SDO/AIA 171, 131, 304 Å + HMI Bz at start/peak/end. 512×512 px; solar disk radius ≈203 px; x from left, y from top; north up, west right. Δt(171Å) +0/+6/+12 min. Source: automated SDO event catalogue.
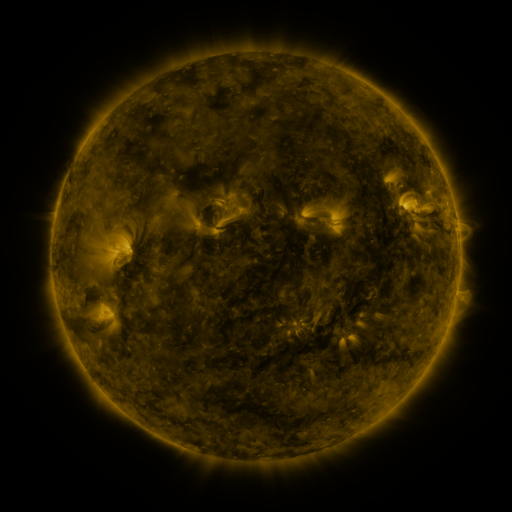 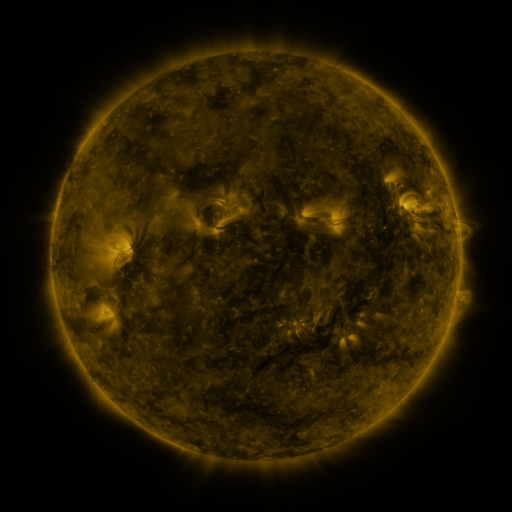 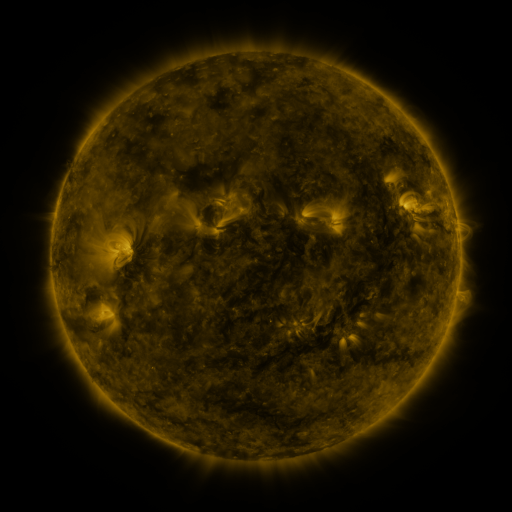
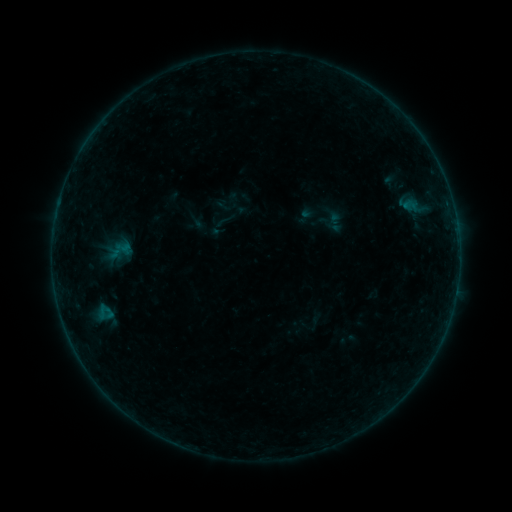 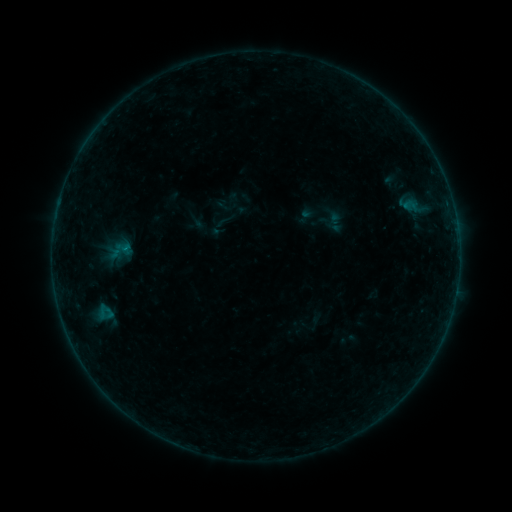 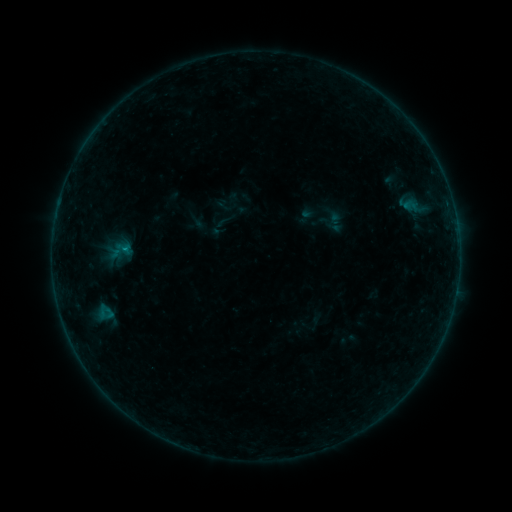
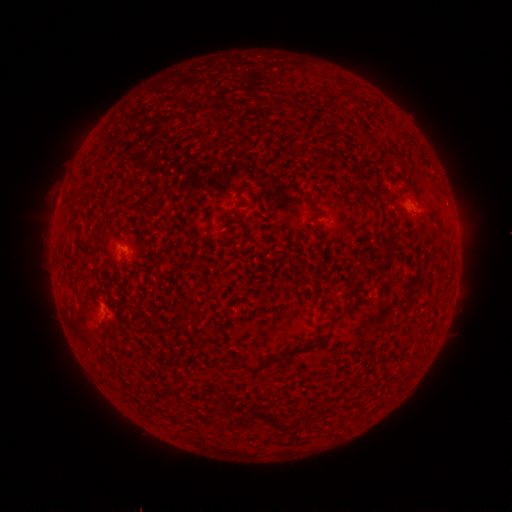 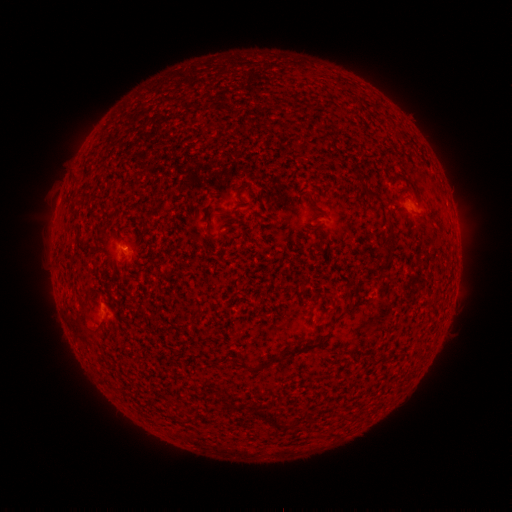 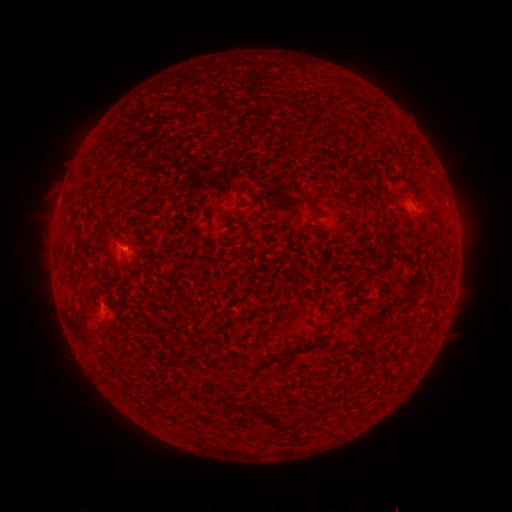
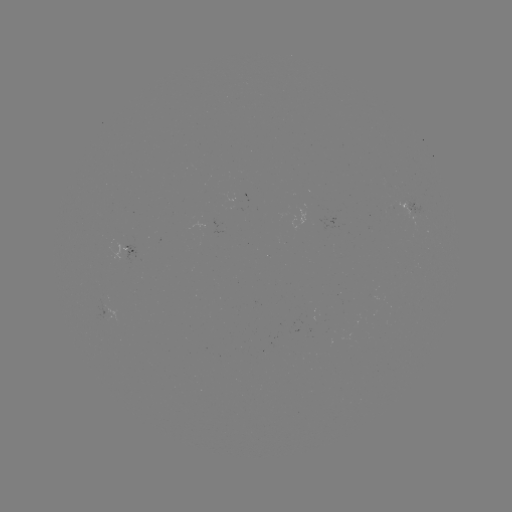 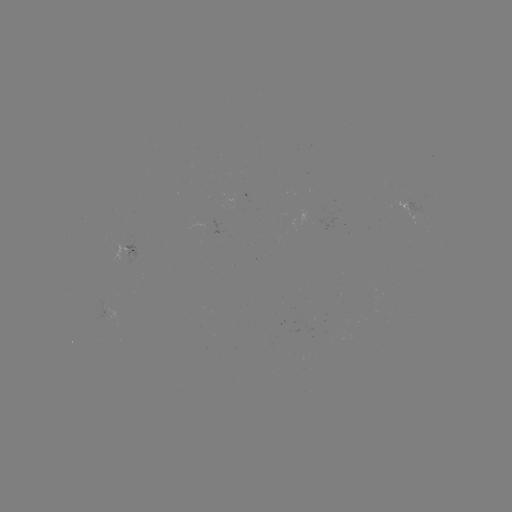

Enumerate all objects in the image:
B1.9 flare: (127, 251)
